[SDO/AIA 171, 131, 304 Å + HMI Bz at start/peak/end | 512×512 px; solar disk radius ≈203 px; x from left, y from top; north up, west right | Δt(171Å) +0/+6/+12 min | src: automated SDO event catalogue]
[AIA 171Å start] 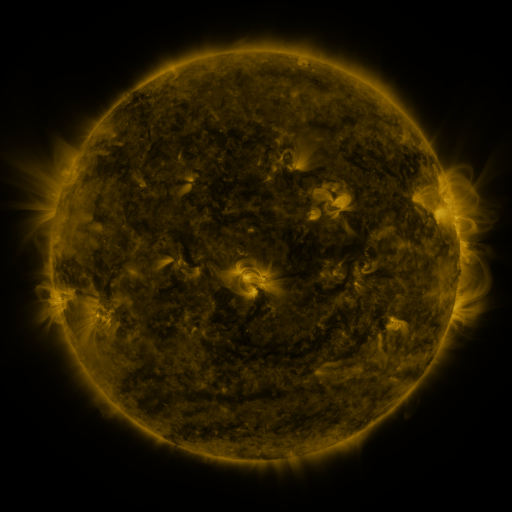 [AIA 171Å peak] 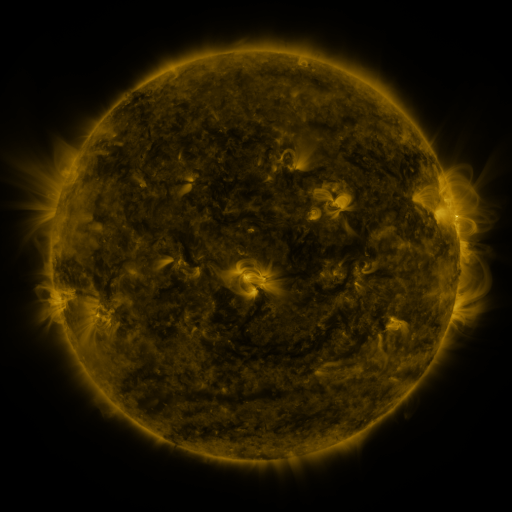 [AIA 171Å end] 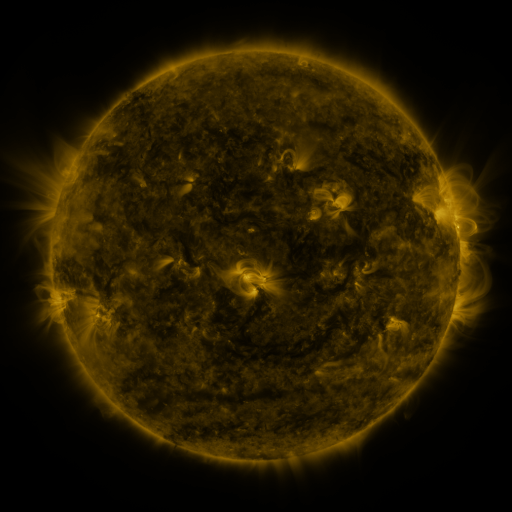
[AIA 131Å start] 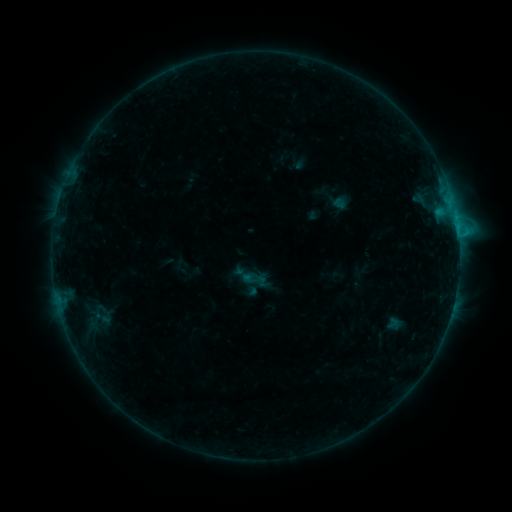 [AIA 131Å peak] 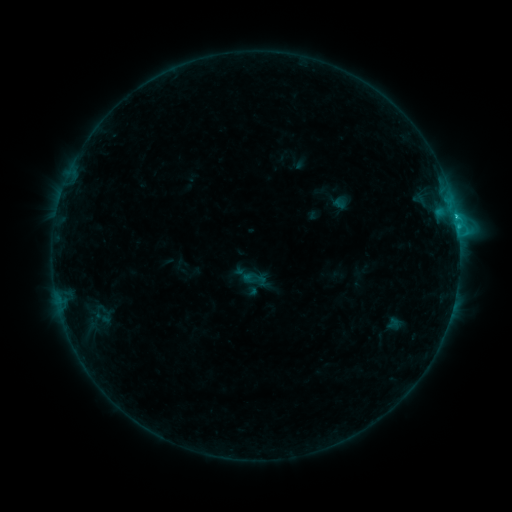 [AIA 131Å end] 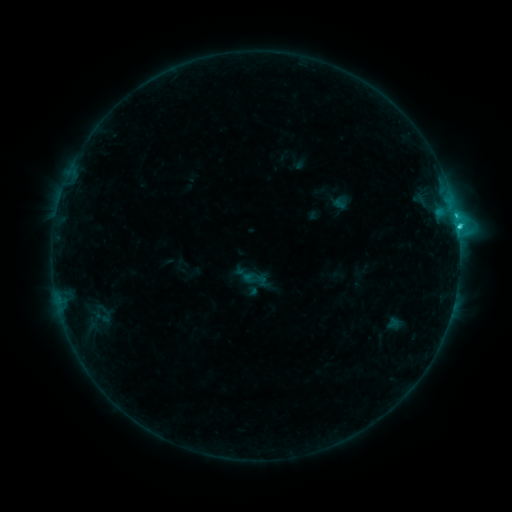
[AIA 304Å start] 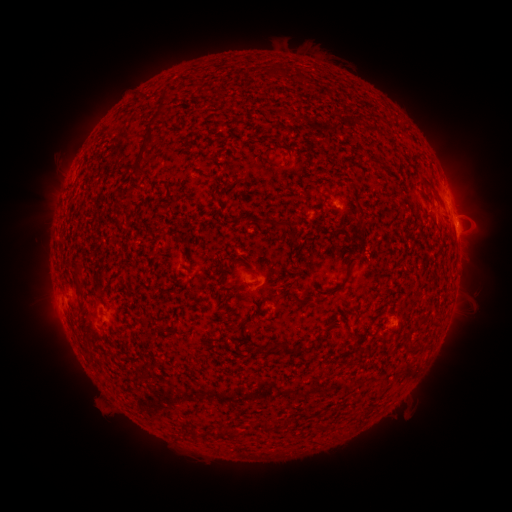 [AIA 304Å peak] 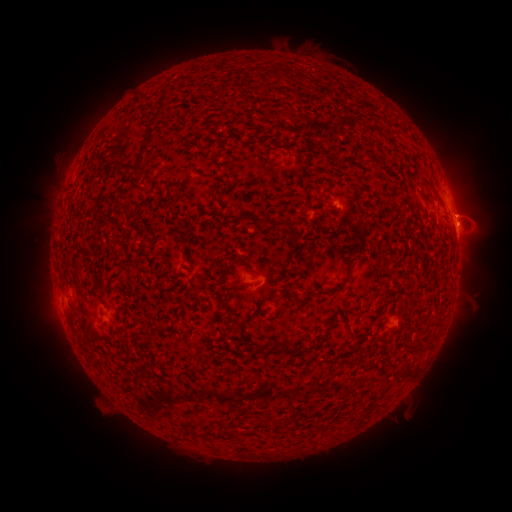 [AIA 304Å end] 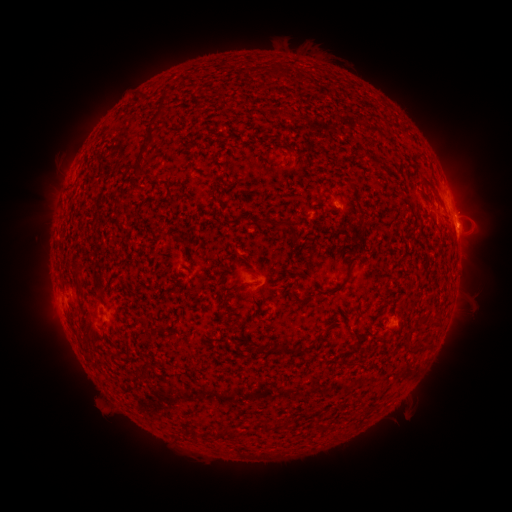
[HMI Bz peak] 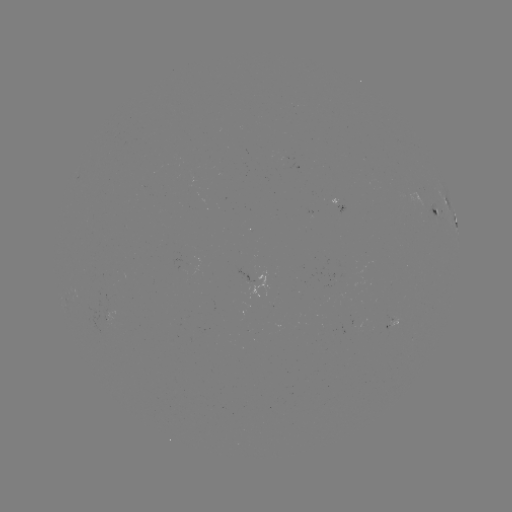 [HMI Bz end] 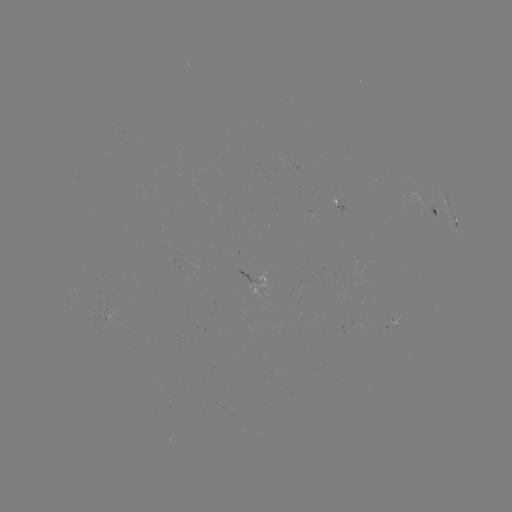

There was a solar flare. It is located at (455, 216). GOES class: C2.9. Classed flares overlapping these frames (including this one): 1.